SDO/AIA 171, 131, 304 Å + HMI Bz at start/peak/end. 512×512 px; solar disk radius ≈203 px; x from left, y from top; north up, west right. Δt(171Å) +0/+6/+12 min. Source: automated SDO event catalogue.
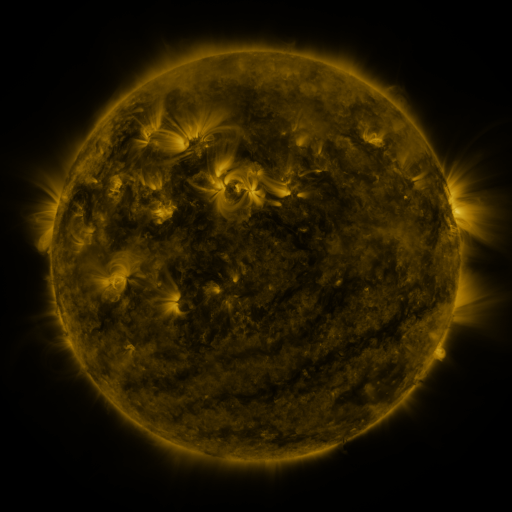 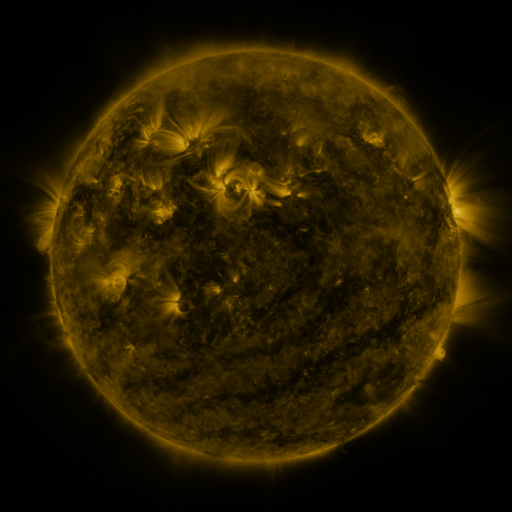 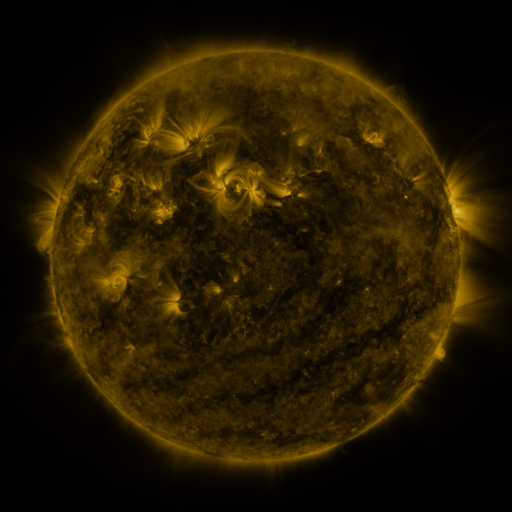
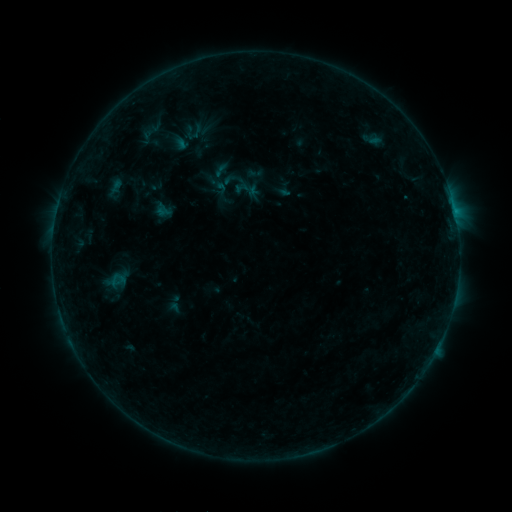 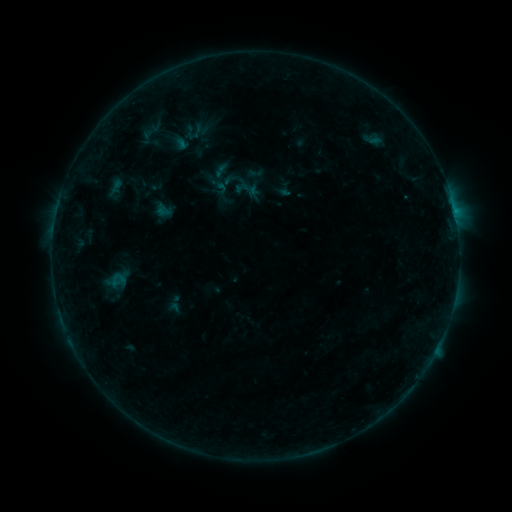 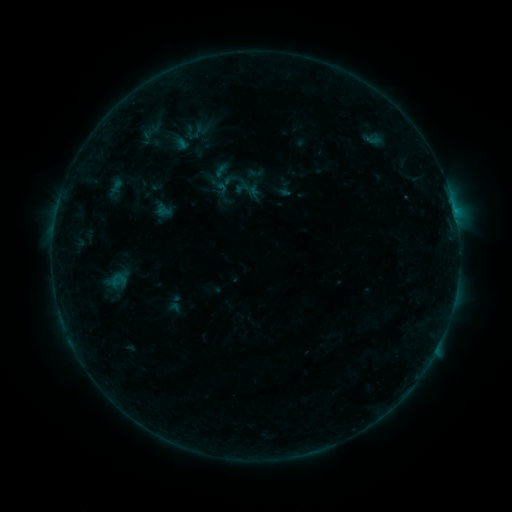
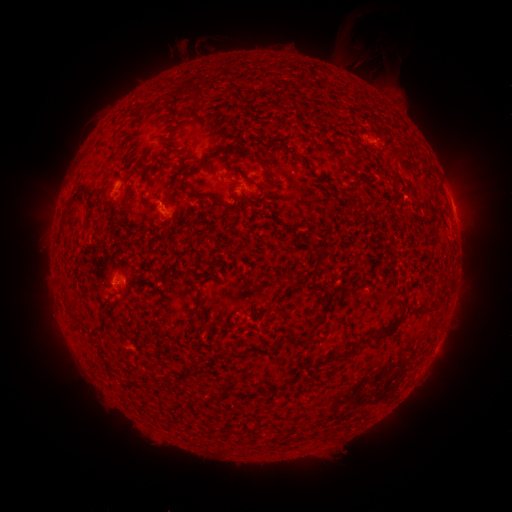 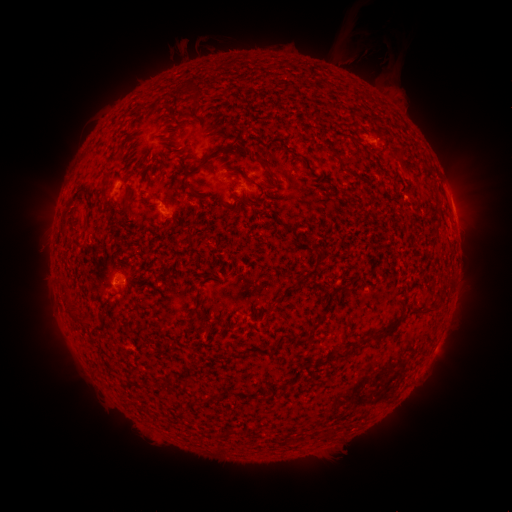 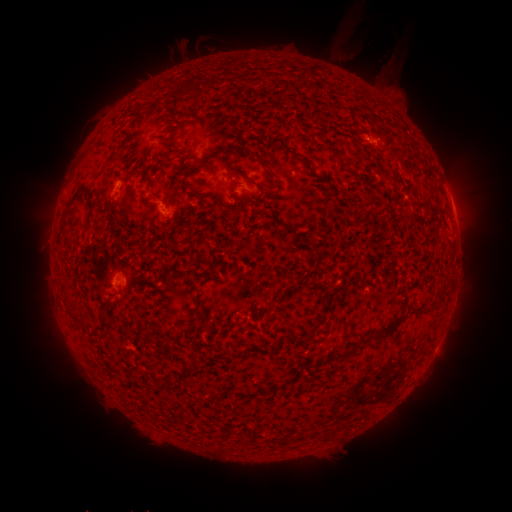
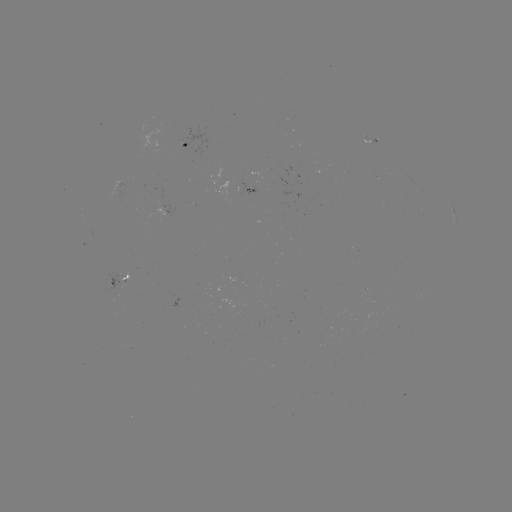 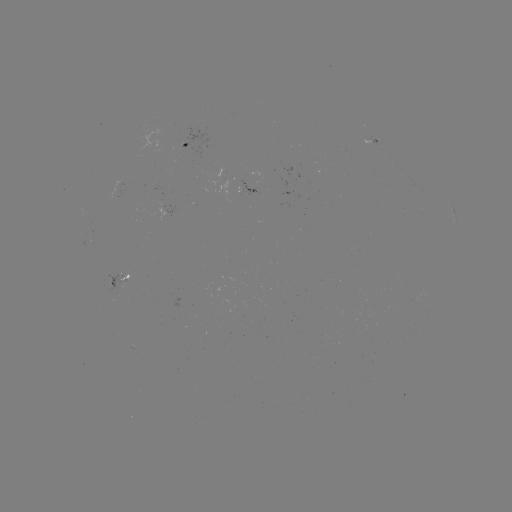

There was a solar eruption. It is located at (373, 59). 